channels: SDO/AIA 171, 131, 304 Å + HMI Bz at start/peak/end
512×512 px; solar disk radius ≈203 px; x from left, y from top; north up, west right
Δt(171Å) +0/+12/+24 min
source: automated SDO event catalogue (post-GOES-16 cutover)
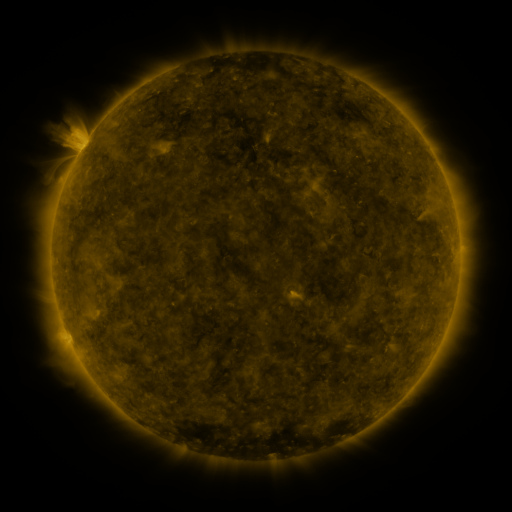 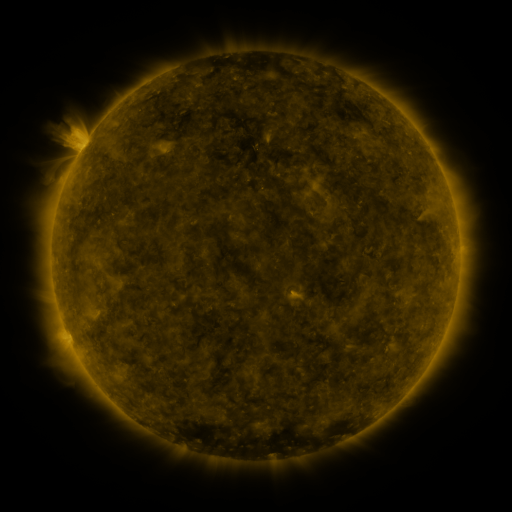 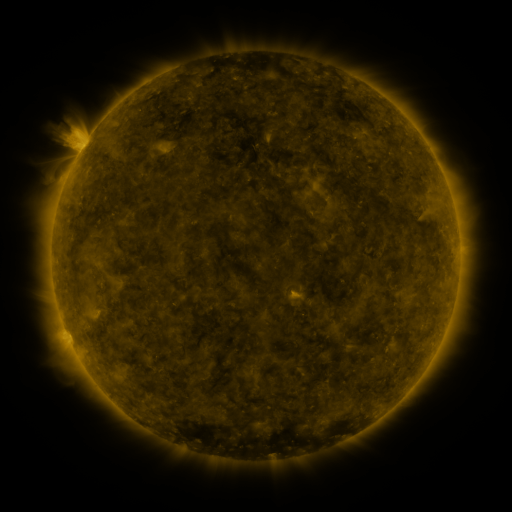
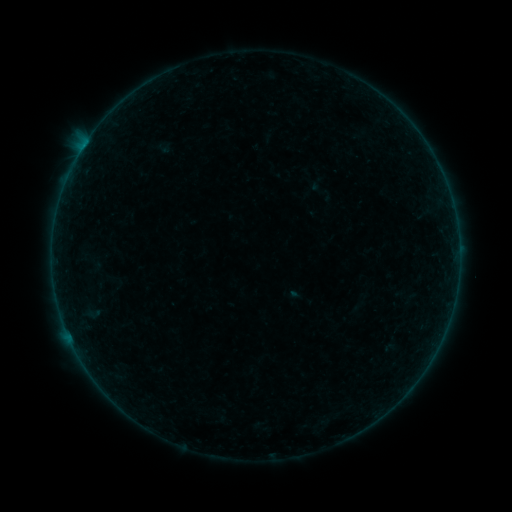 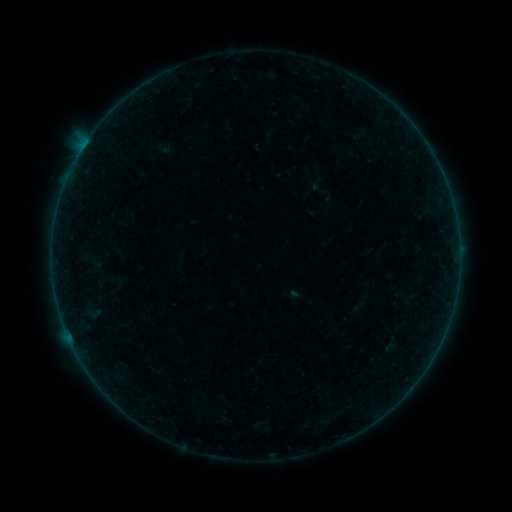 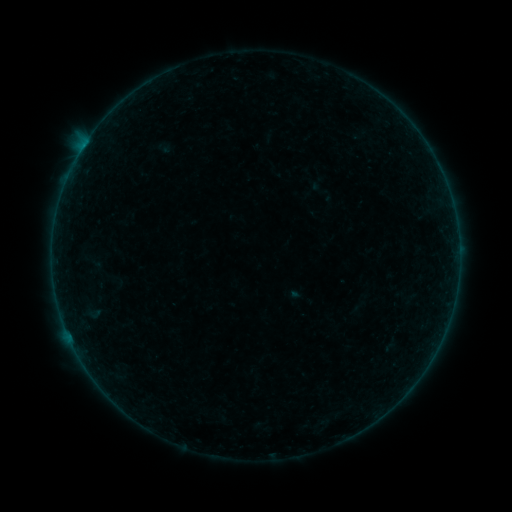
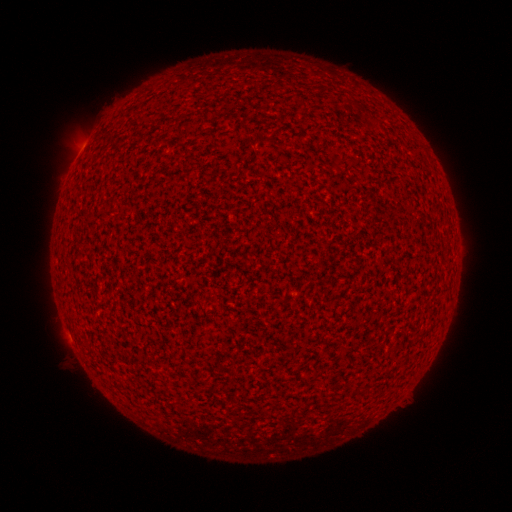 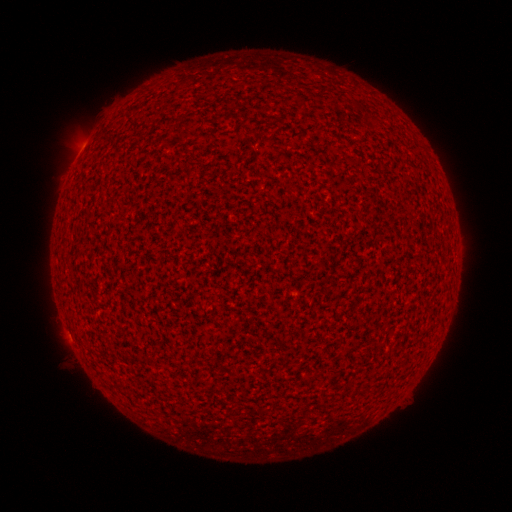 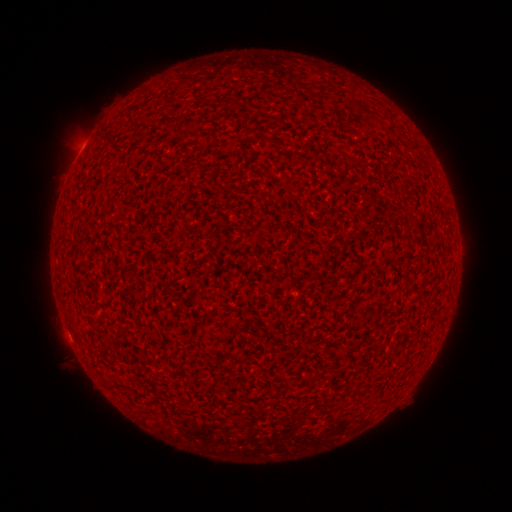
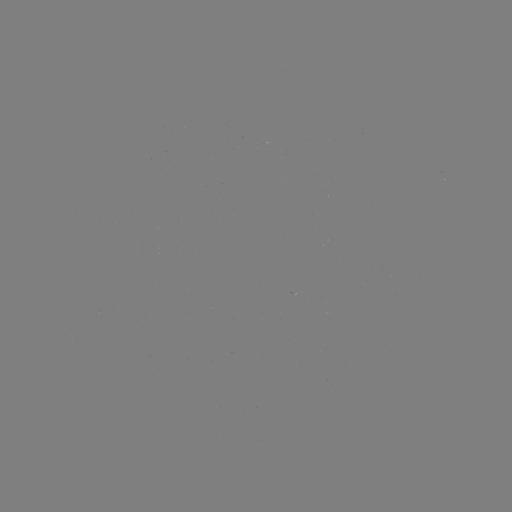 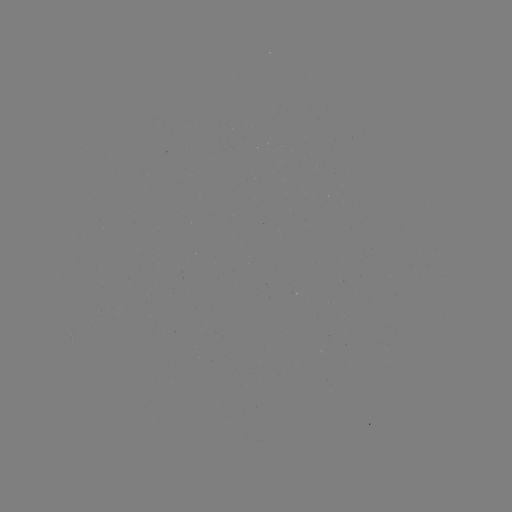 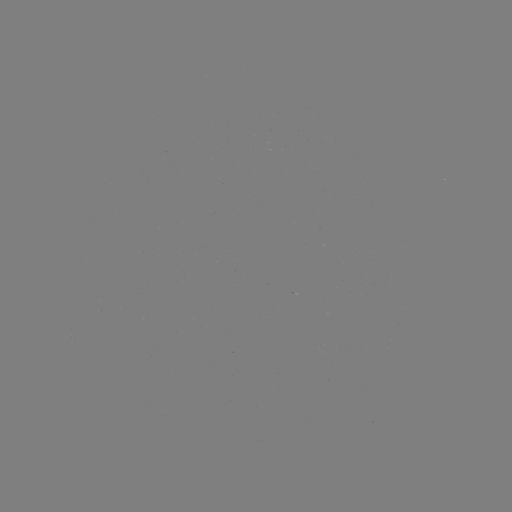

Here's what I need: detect A2.8 flare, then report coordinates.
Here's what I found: A2.8 flare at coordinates (81, 151).